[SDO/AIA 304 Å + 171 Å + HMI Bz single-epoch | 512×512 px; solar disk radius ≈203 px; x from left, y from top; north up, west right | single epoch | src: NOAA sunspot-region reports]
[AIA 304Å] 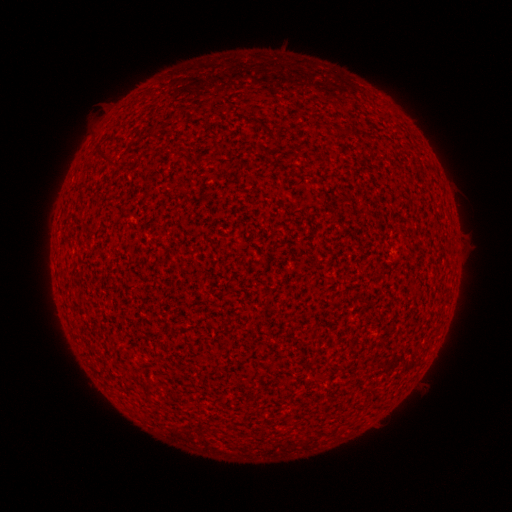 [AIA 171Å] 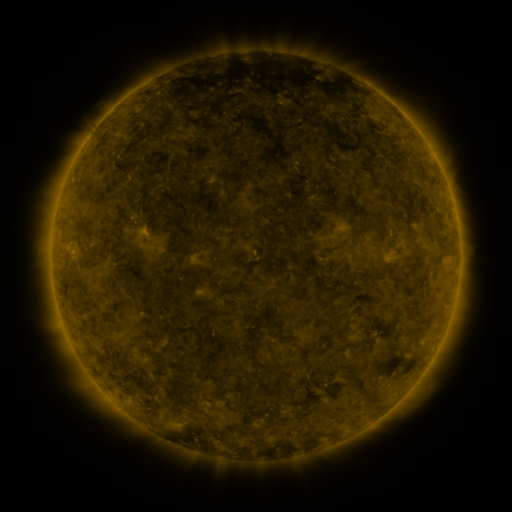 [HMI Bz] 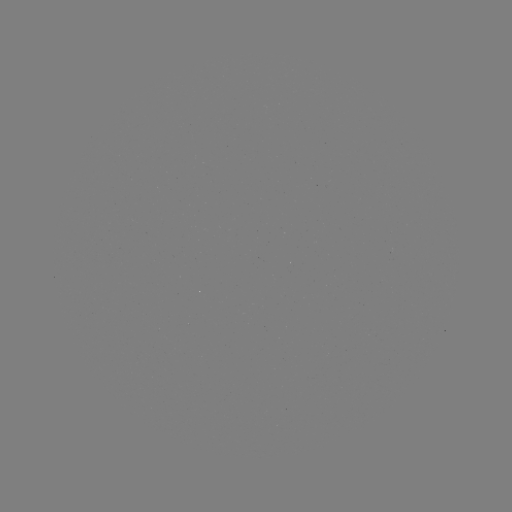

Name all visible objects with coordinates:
(none)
